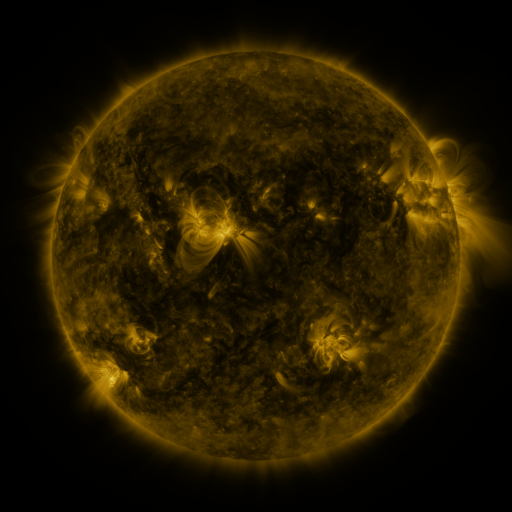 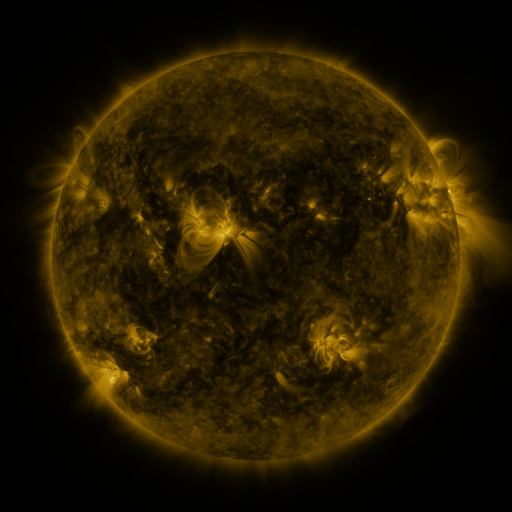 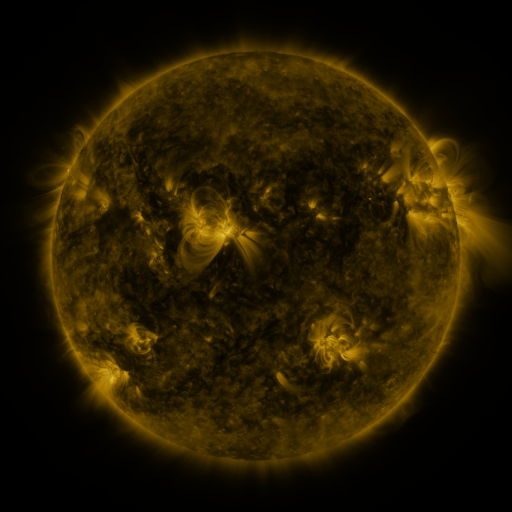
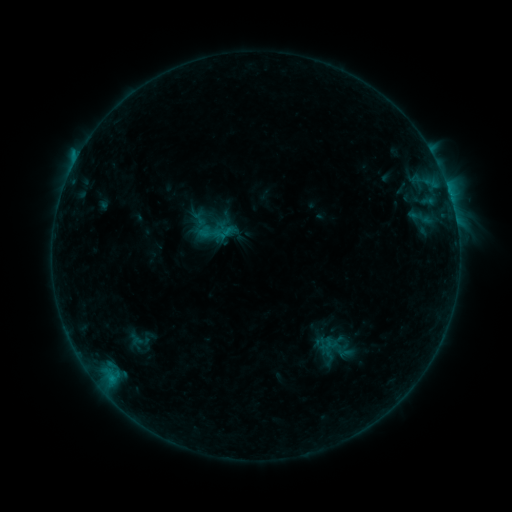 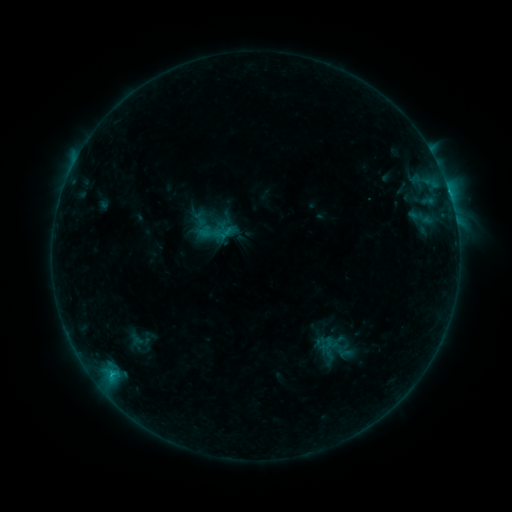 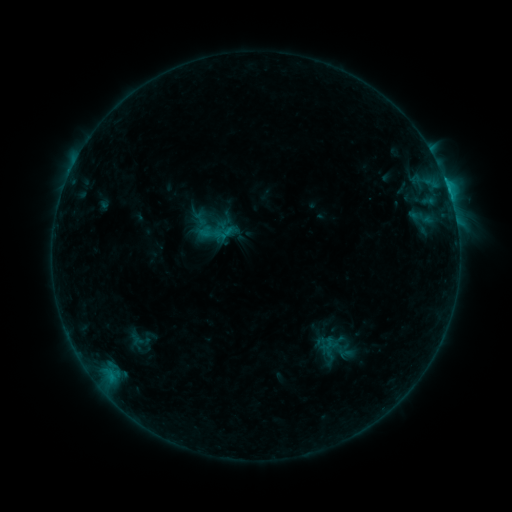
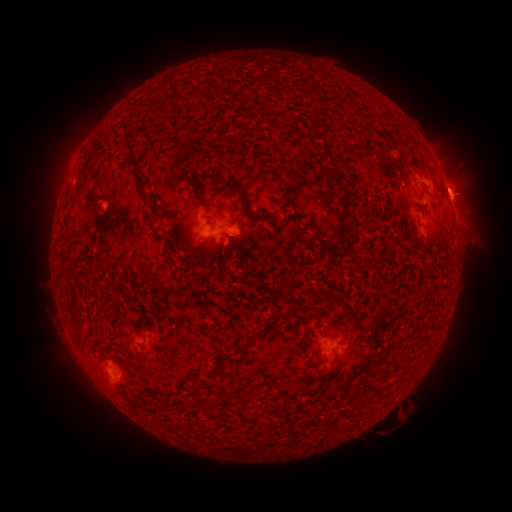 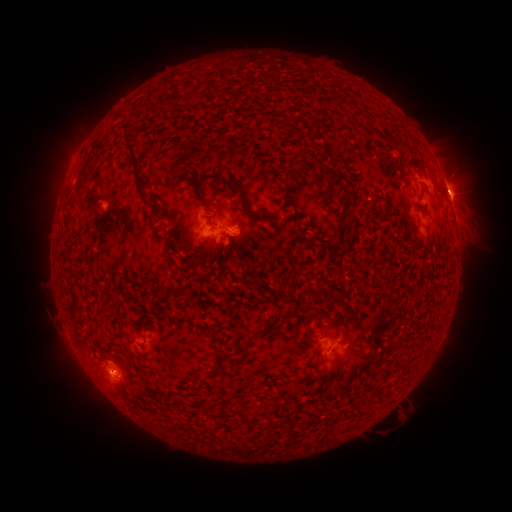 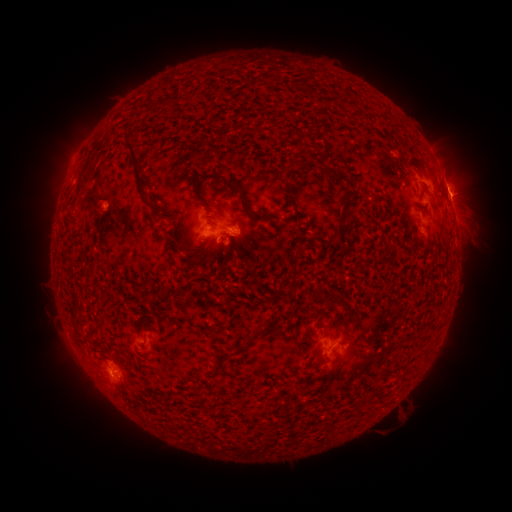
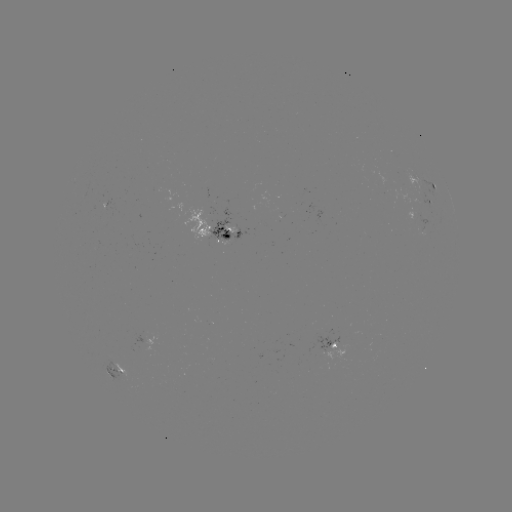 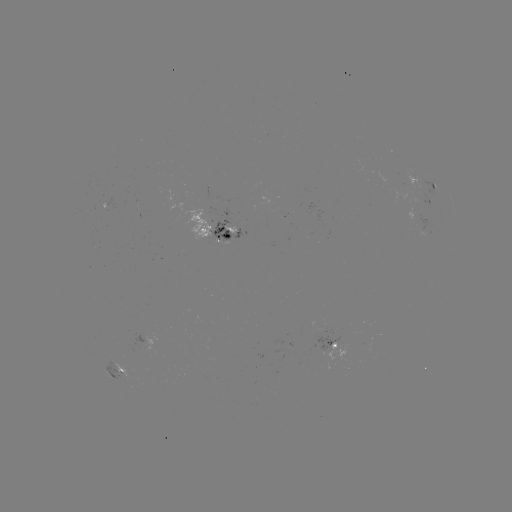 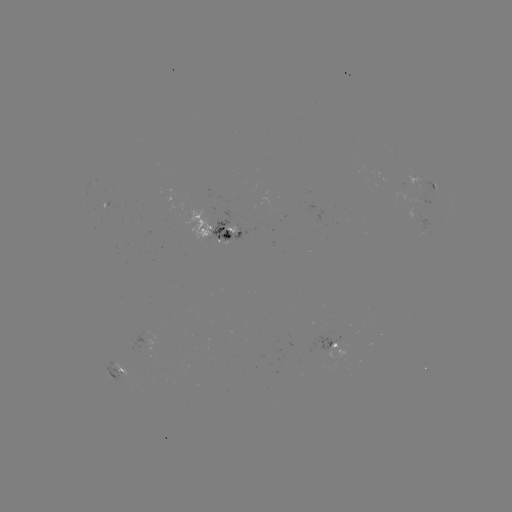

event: eruption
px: (455, 177)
